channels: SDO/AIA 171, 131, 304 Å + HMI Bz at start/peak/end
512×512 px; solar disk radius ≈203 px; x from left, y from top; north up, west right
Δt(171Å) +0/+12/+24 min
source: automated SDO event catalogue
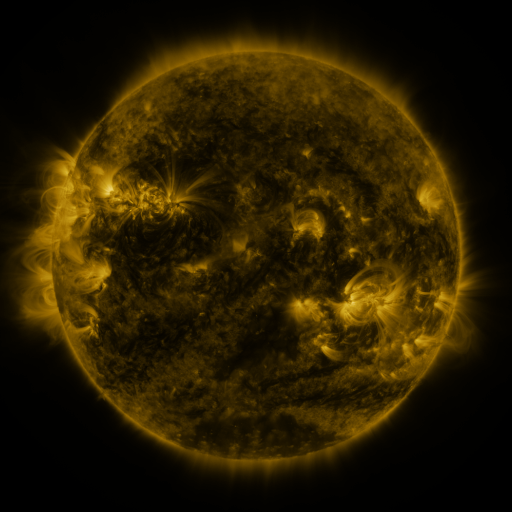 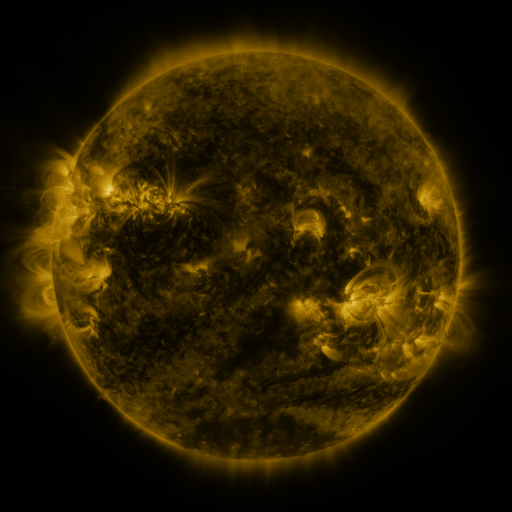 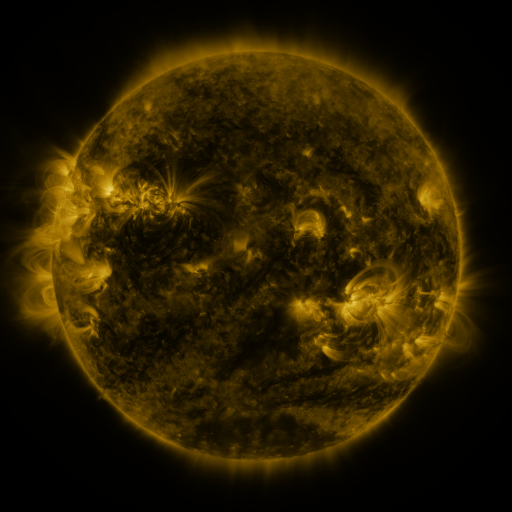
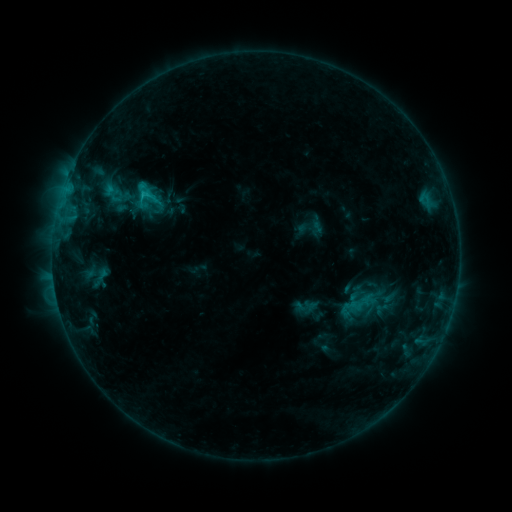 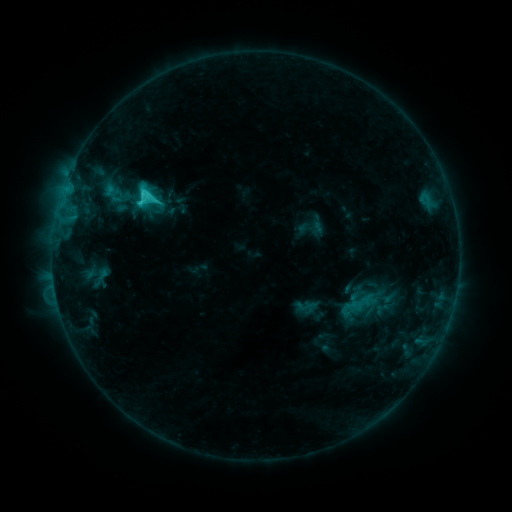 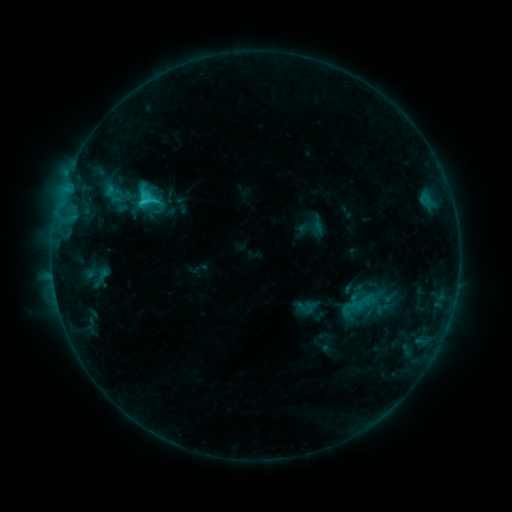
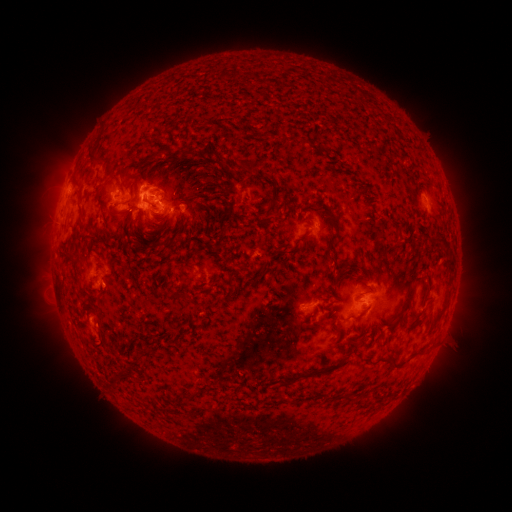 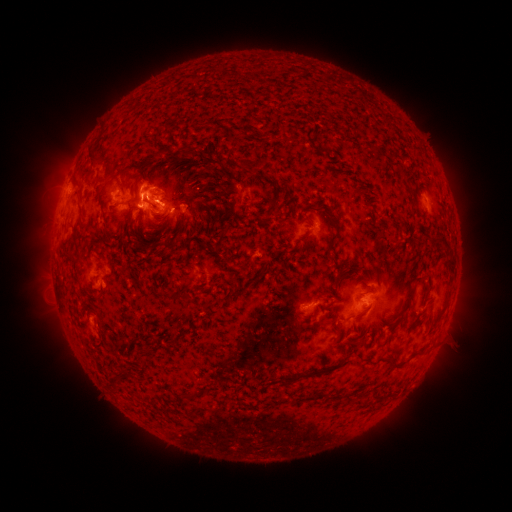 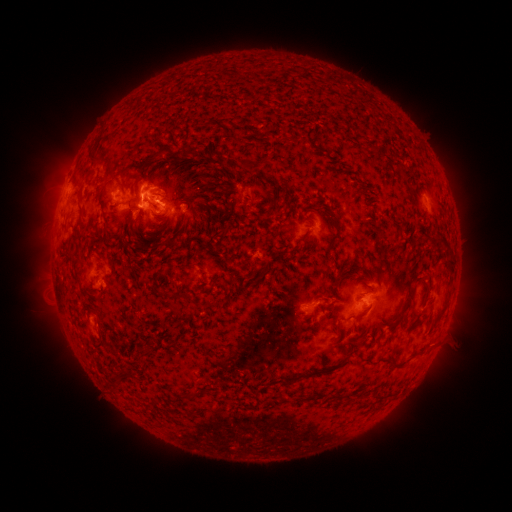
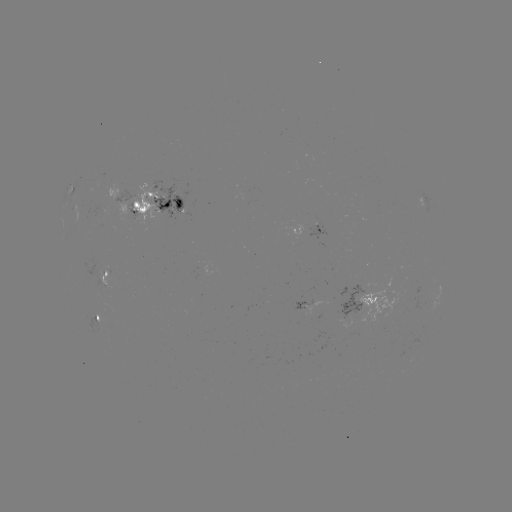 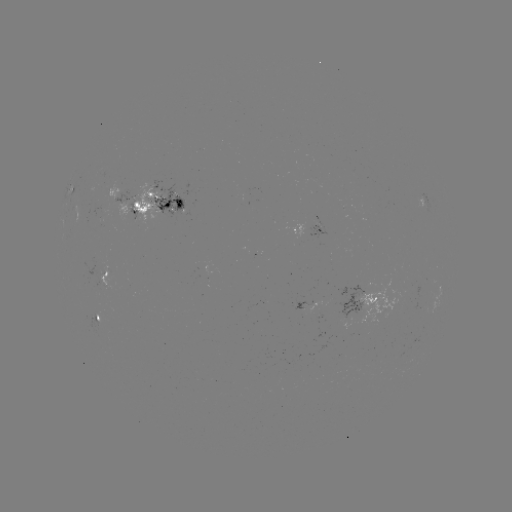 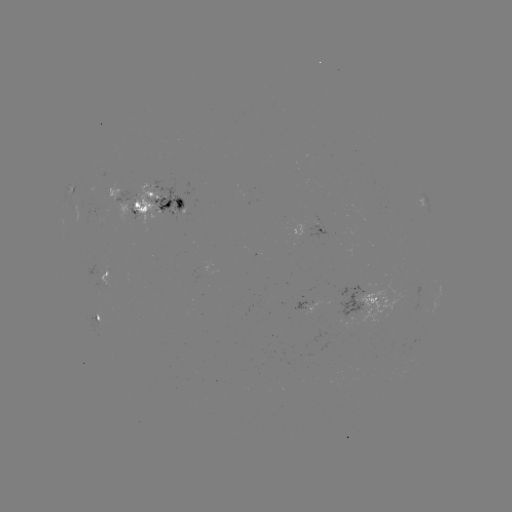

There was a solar flare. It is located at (145, 193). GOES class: C3.0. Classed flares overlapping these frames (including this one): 1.